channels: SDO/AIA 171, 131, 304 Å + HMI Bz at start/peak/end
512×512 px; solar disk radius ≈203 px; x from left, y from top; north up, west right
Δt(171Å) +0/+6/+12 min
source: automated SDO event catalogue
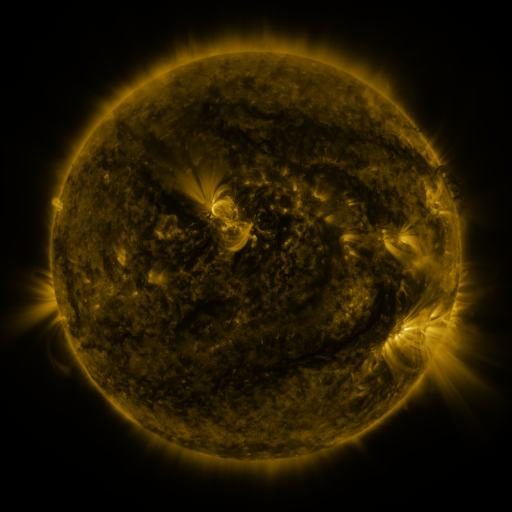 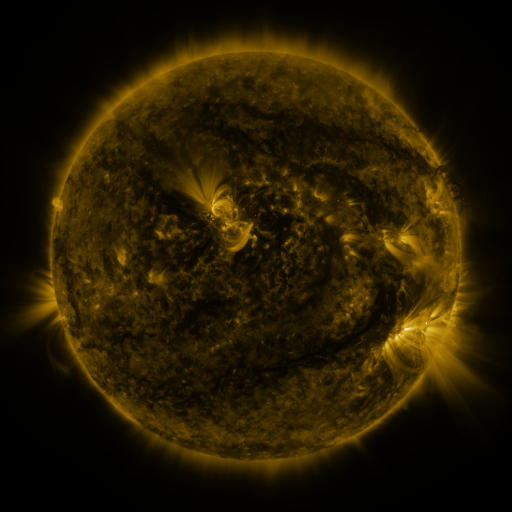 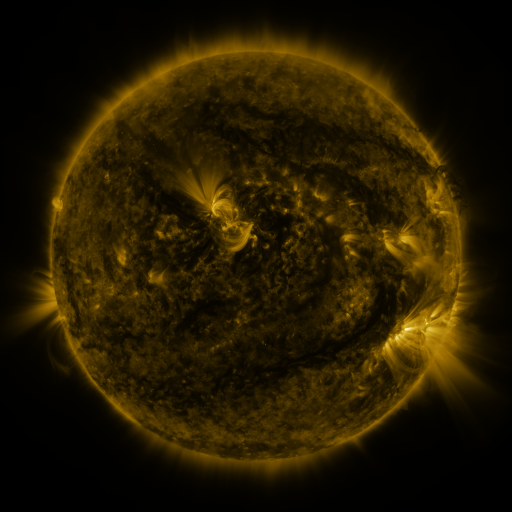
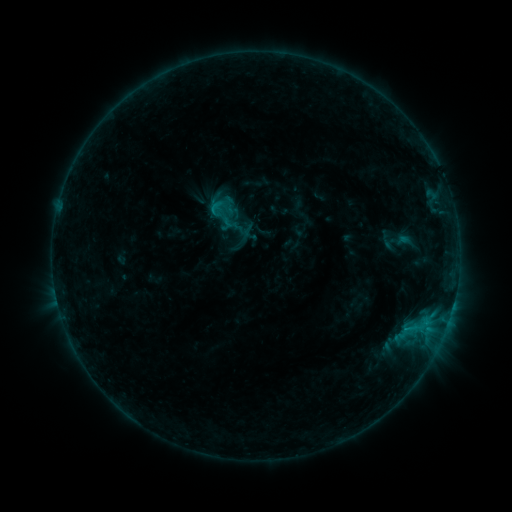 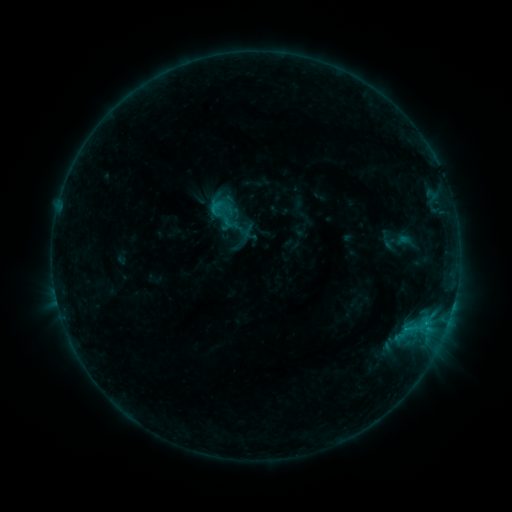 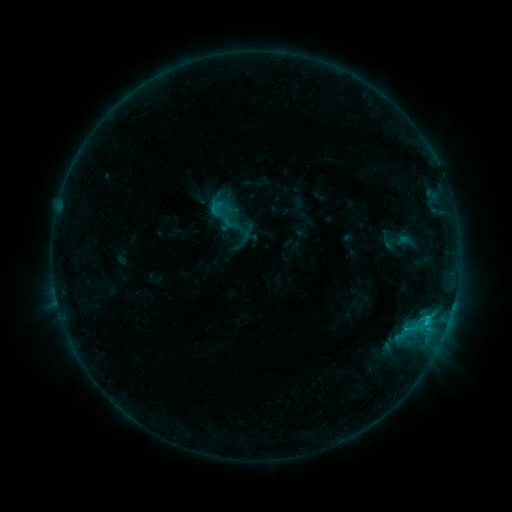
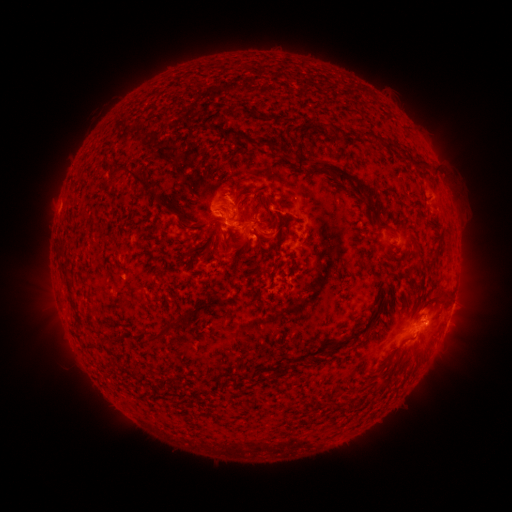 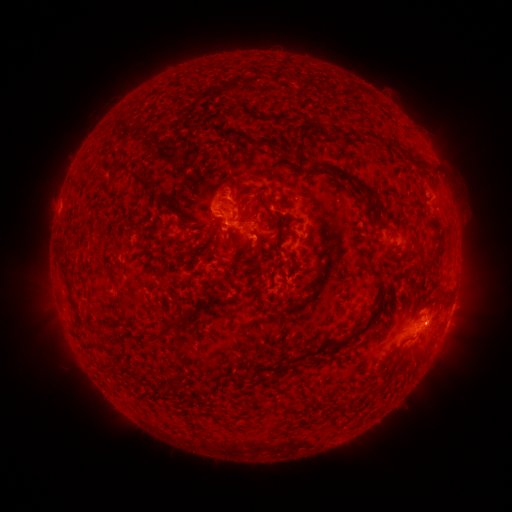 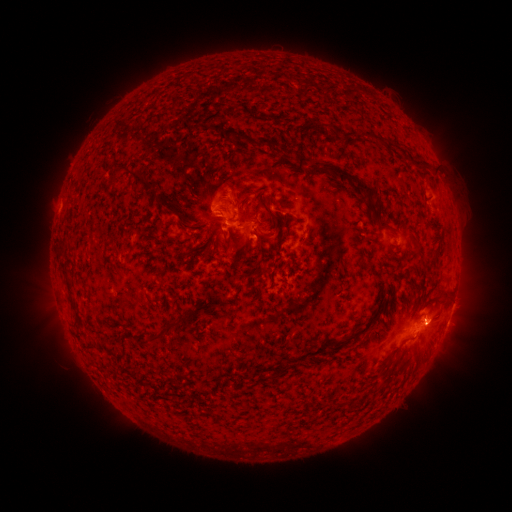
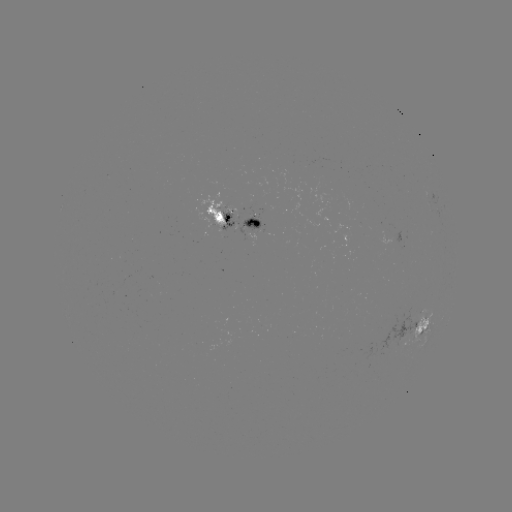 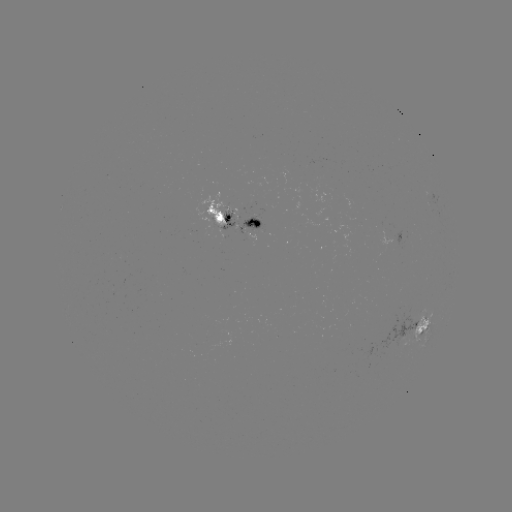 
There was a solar flare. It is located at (426, 321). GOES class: C1.4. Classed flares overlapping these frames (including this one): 1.